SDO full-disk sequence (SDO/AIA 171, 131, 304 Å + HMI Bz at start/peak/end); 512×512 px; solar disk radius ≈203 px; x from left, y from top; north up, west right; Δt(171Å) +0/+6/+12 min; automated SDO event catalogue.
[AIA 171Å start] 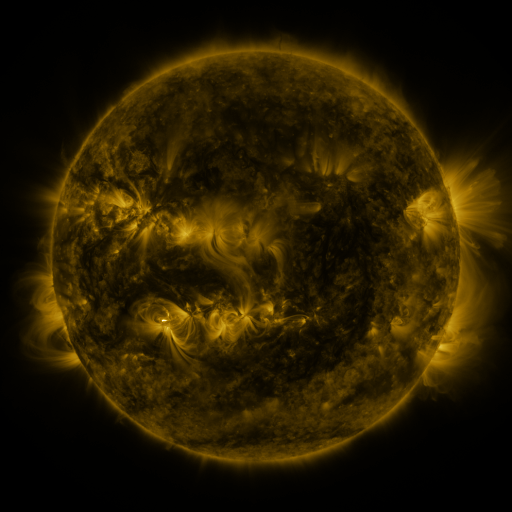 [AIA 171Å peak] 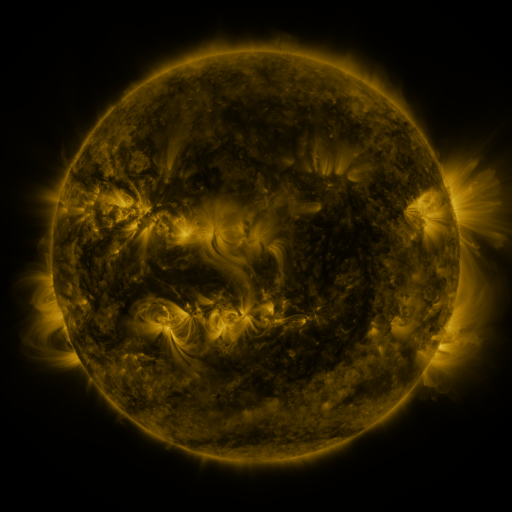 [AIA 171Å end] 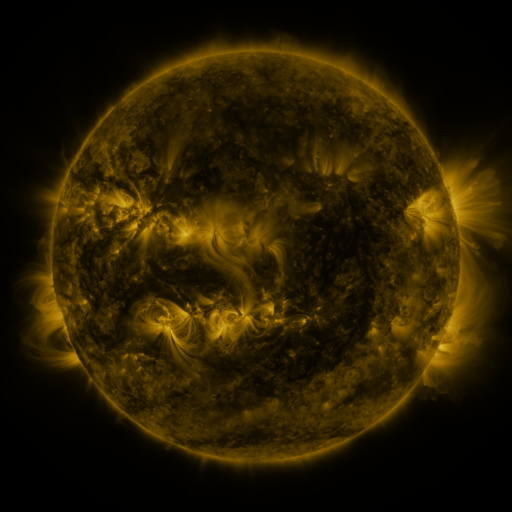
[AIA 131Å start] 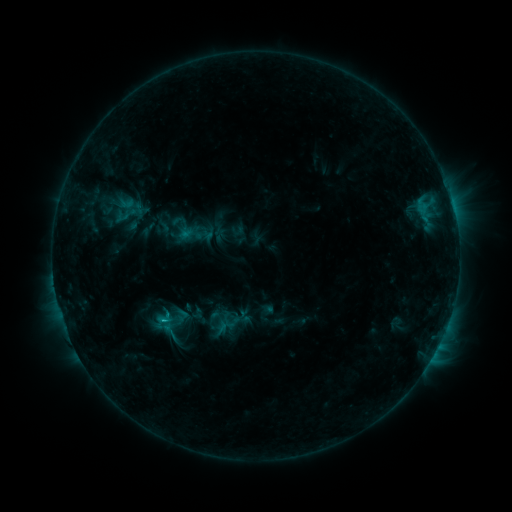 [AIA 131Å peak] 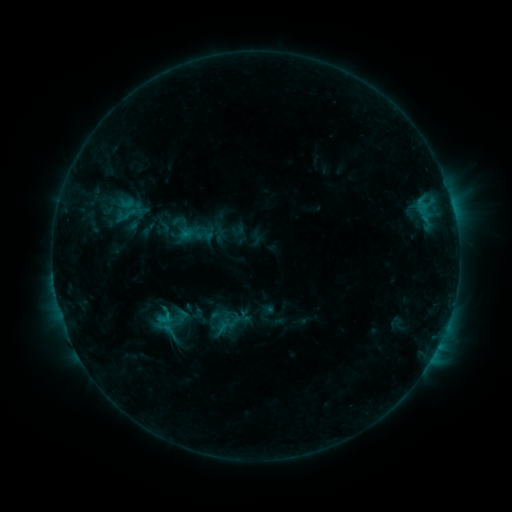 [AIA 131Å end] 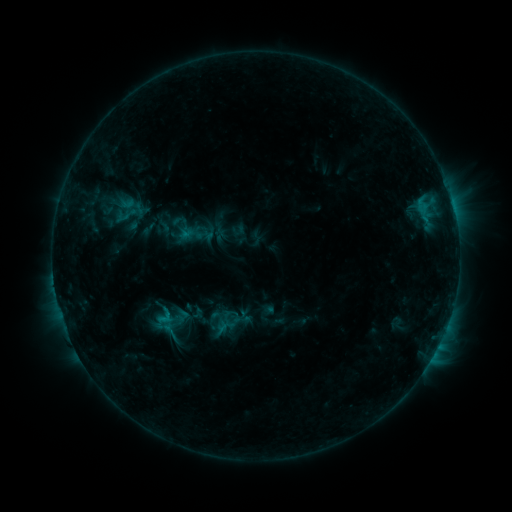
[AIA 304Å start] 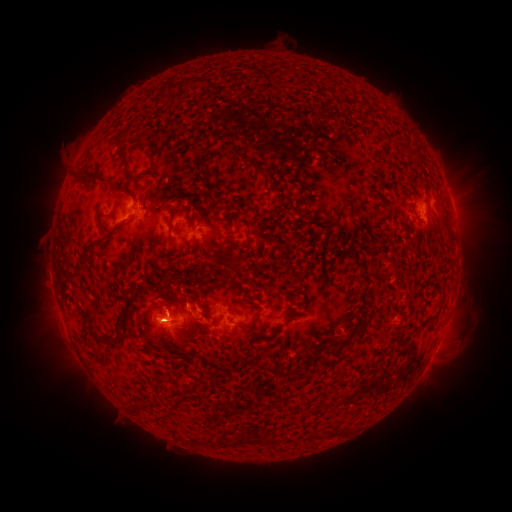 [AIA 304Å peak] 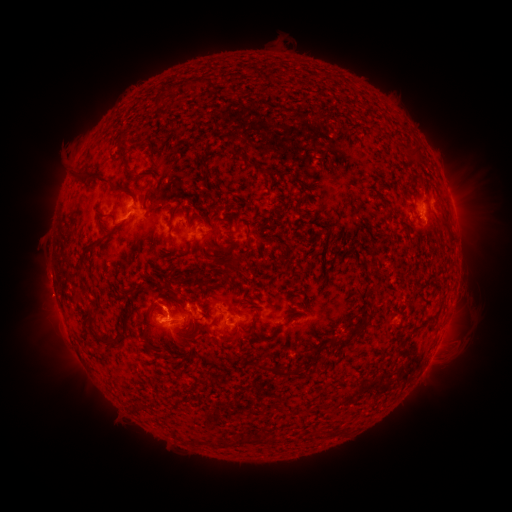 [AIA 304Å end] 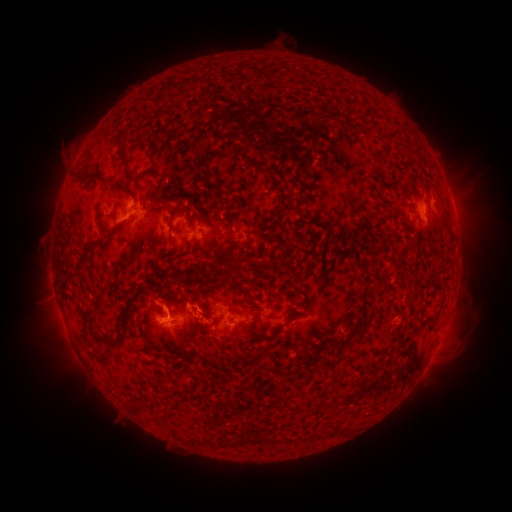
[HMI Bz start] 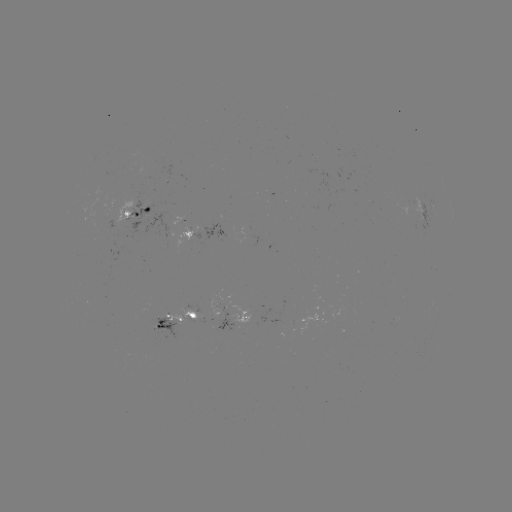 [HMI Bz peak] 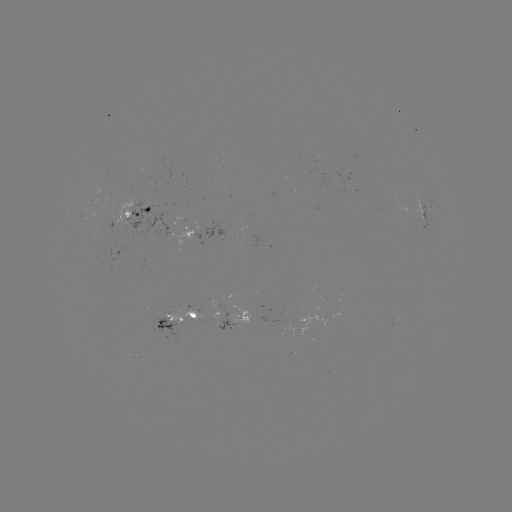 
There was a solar eruption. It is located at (45, 298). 